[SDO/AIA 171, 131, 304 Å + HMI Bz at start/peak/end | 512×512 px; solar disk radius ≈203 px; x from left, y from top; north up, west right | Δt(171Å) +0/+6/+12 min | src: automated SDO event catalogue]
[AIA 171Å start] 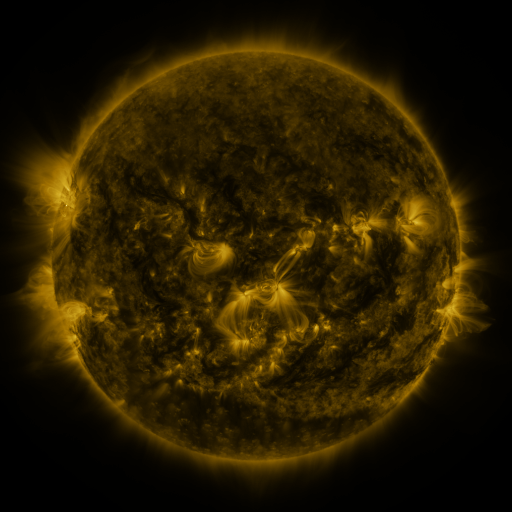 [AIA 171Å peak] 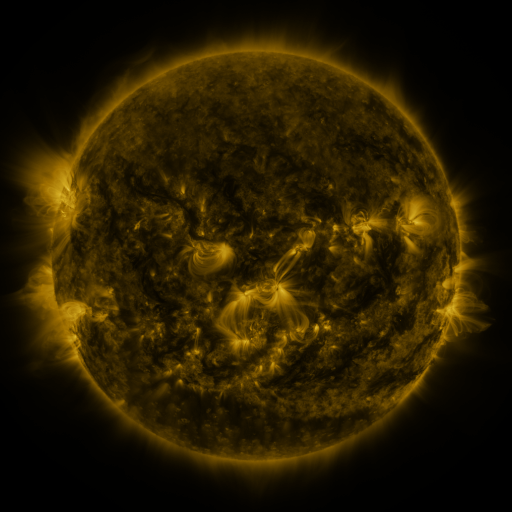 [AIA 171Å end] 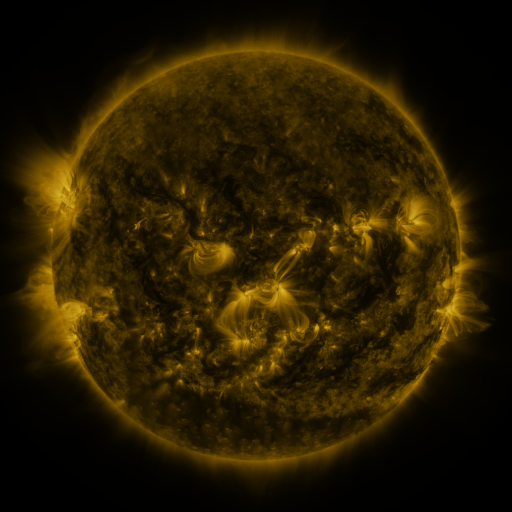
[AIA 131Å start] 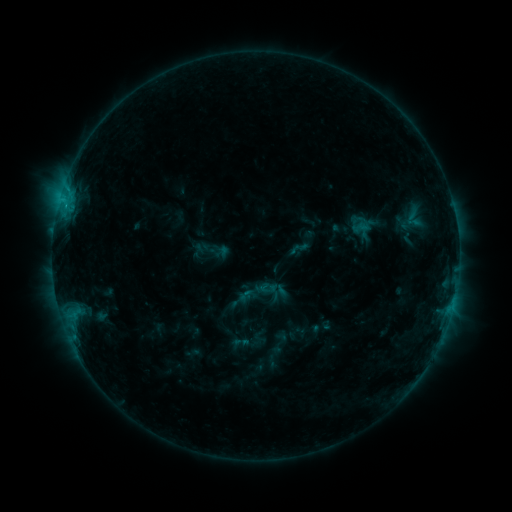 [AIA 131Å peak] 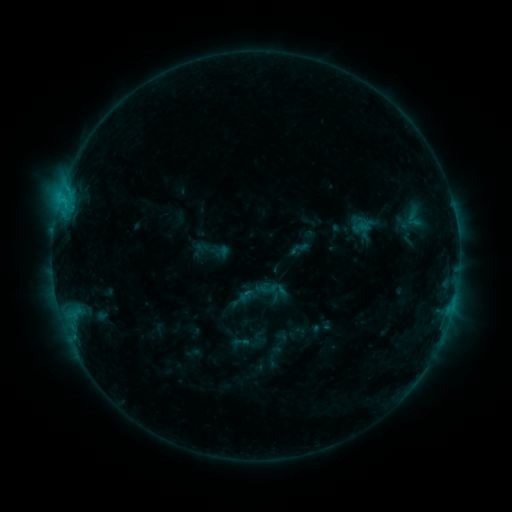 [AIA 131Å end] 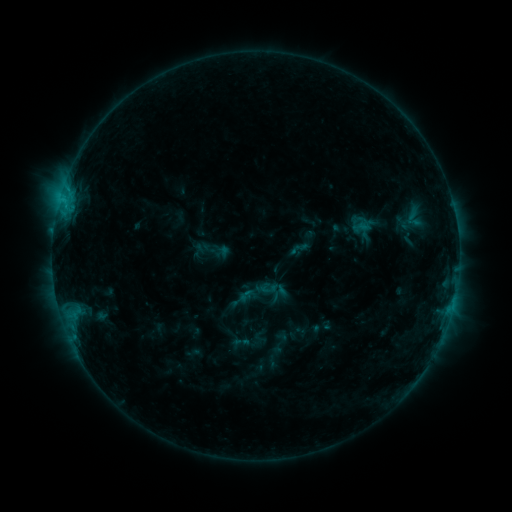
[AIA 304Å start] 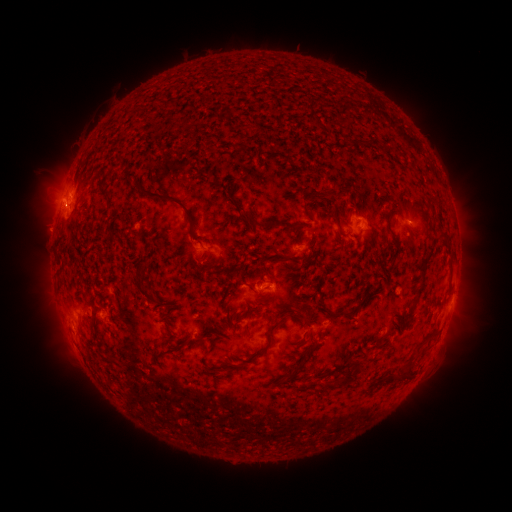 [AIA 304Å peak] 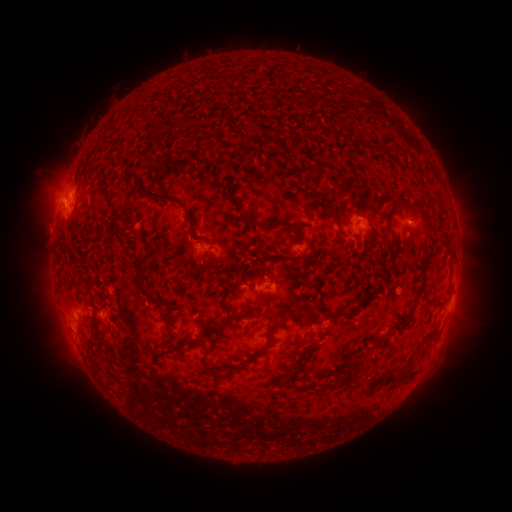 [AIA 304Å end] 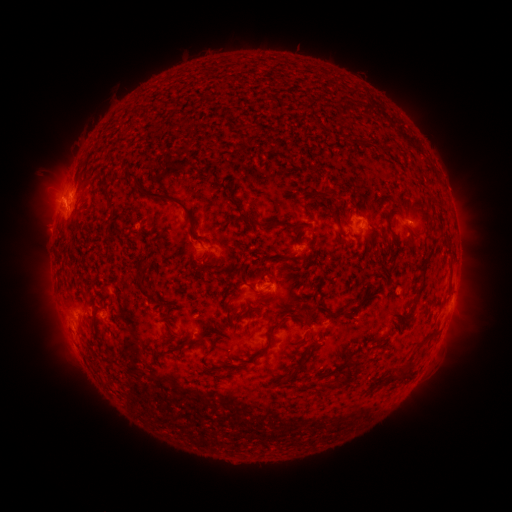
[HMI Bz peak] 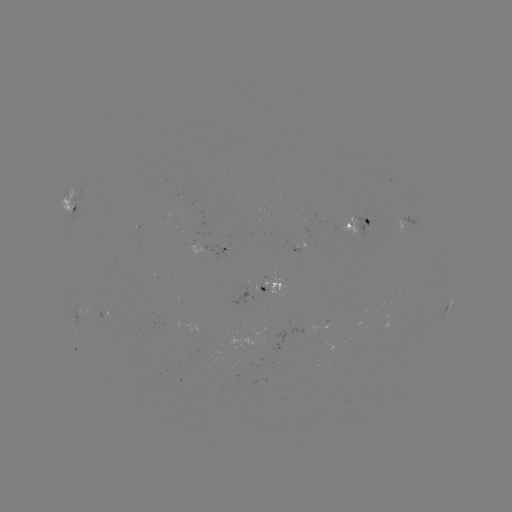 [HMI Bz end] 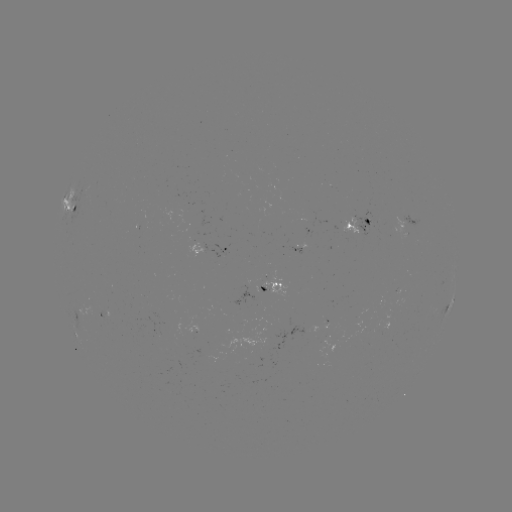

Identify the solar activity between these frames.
no flare in any classed list; no EUV-trigger detection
